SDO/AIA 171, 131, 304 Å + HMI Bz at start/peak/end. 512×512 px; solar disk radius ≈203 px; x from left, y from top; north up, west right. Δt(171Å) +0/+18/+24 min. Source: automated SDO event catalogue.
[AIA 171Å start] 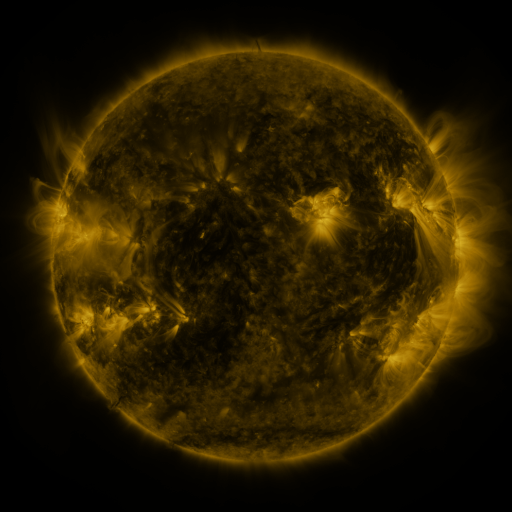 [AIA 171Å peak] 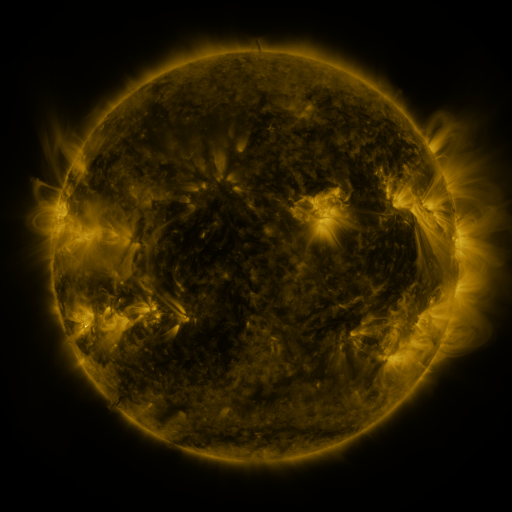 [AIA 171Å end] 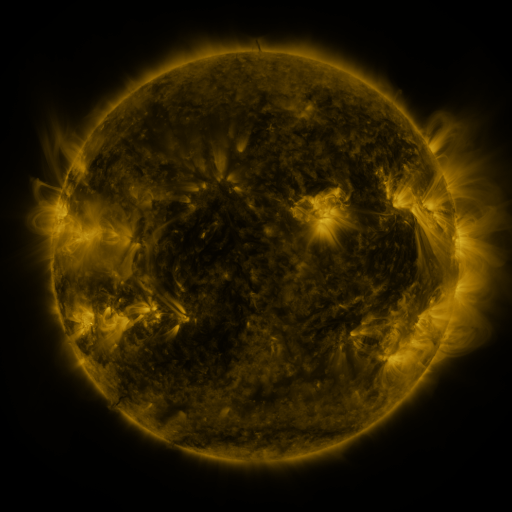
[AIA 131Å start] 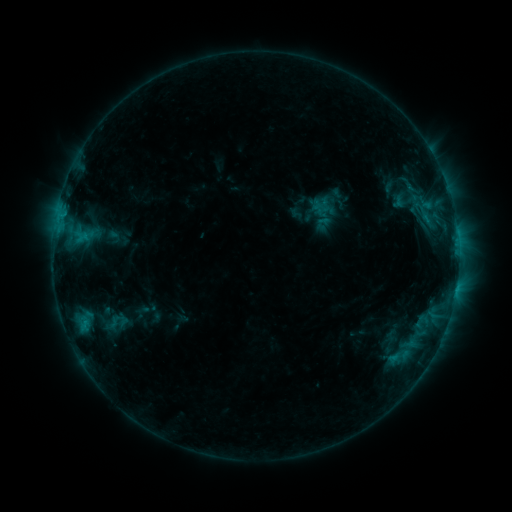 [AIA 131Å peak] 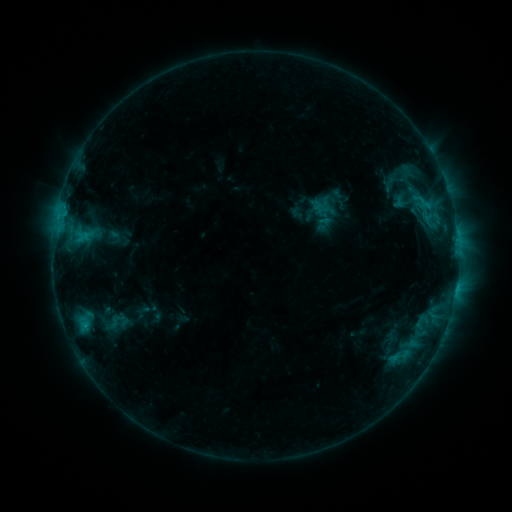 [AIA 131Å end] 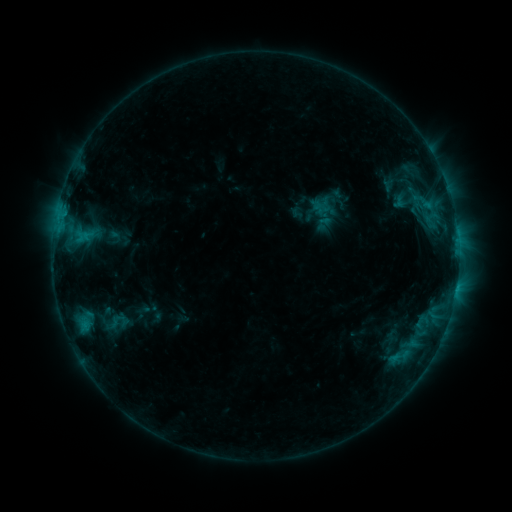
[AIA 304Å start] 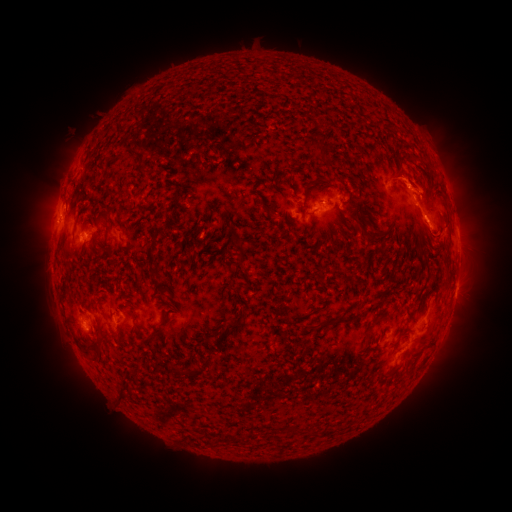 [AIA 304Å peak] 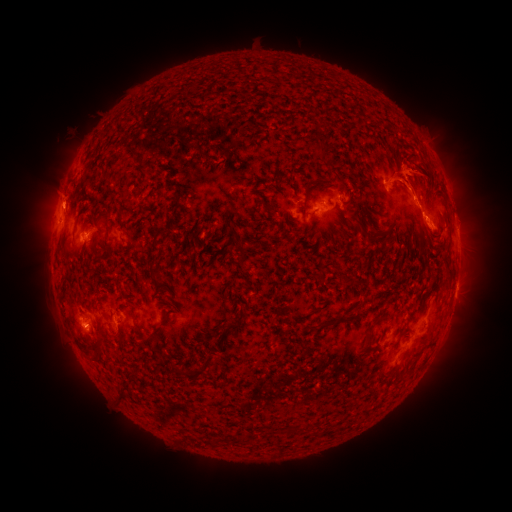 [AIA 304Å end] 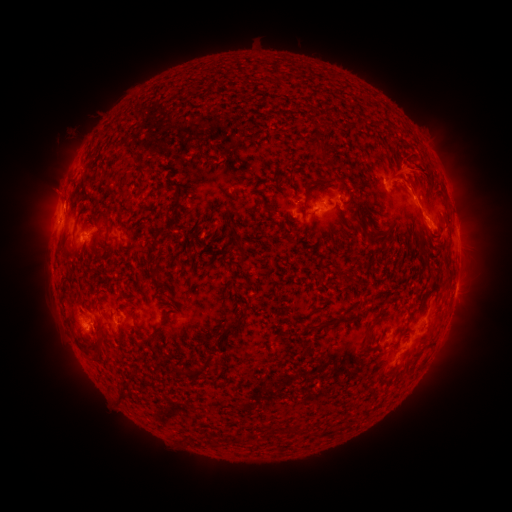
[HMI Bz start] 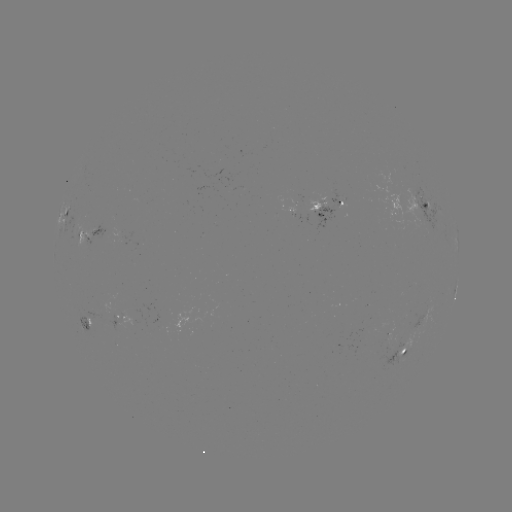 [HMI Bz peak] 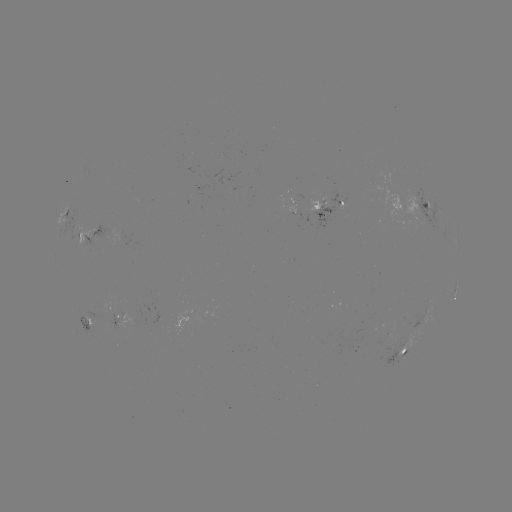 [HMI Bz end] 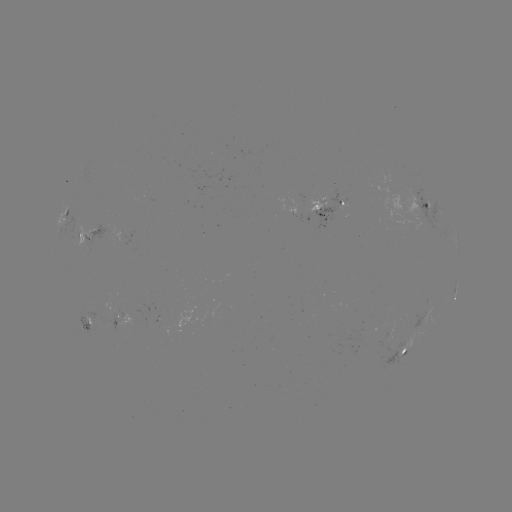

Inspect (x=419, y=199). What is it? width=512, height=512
C1.2 flare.